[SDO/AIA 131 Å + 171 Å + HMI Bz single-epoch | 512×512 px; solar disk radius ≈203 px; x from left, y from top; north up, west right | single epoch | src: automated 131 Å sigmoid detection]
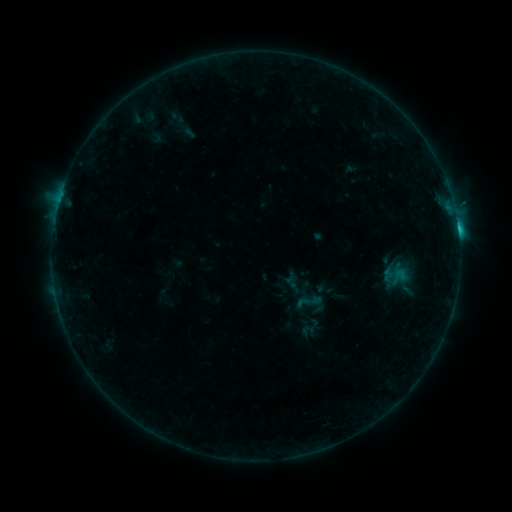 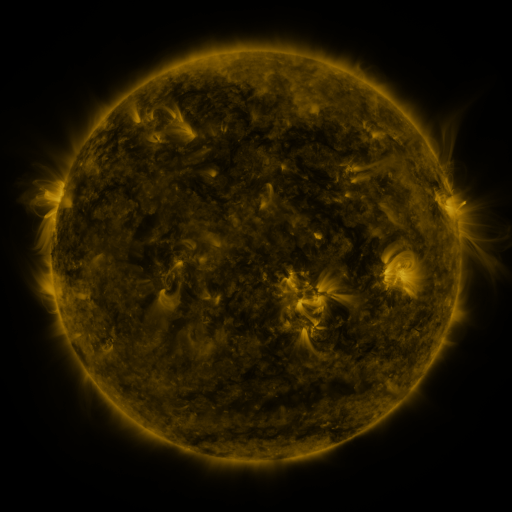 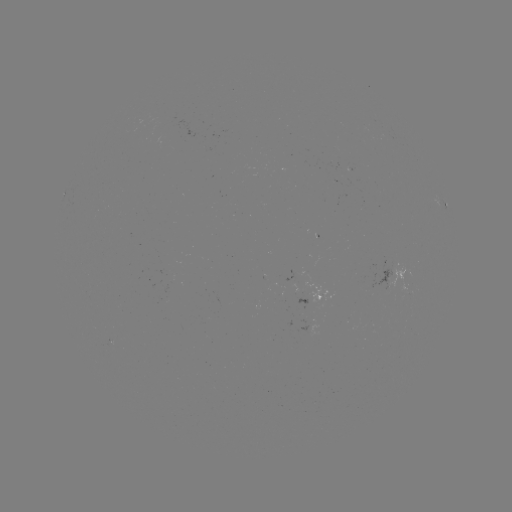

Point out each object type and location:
sigmoid: <bbox>169, 109, 184, 124</bbox>
sigmoid: <bbox>296, 289, 319, 313</bbox>
